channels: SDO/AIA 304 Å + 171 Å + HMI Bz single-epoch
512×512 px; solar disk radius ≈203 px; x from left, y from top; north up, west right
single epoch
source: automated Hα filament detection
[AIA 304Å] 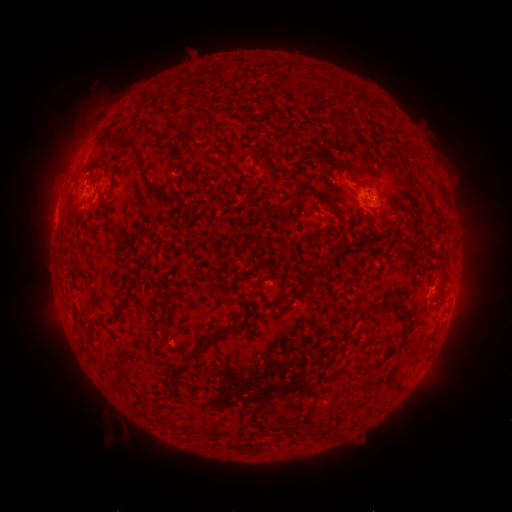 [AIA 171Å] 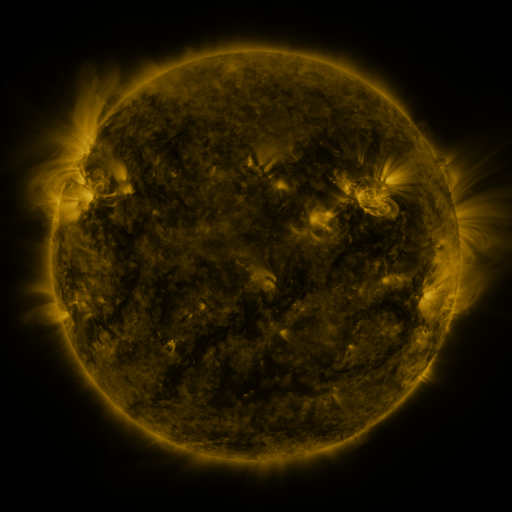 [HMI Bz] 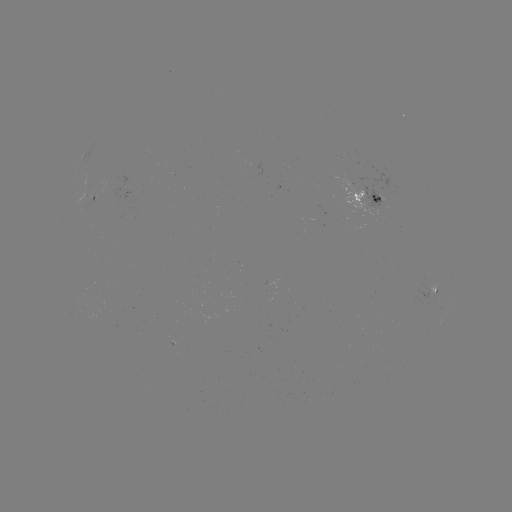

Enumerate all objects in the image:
filament: (100, 159)
filament: (351, 170)
filament: (147, 179)
filament: (361, 185)
filament: (298, 192)
filament: (327, 204)
filament: (119, 233)
filament: (318, 270)
filament: (122, 285)
filament: (242, 292)
filament: (292, 298)
filament: (235, 326)
filament: (406, 329)
filament: (389, 355)
filament: (360, 370)
